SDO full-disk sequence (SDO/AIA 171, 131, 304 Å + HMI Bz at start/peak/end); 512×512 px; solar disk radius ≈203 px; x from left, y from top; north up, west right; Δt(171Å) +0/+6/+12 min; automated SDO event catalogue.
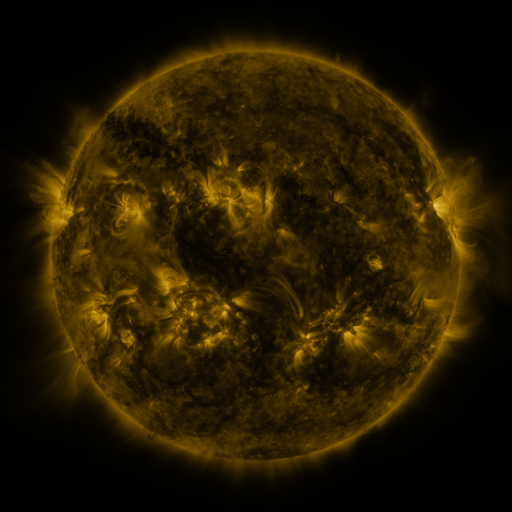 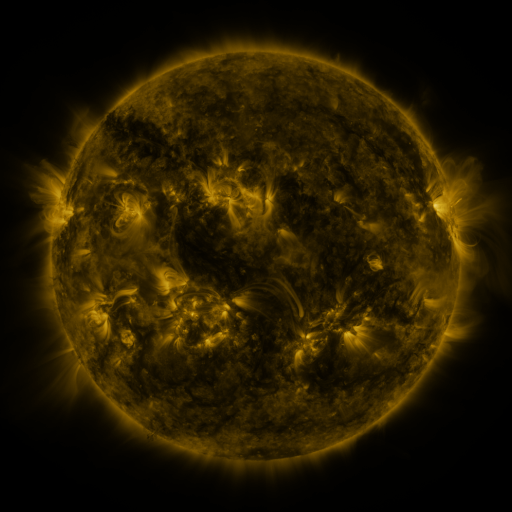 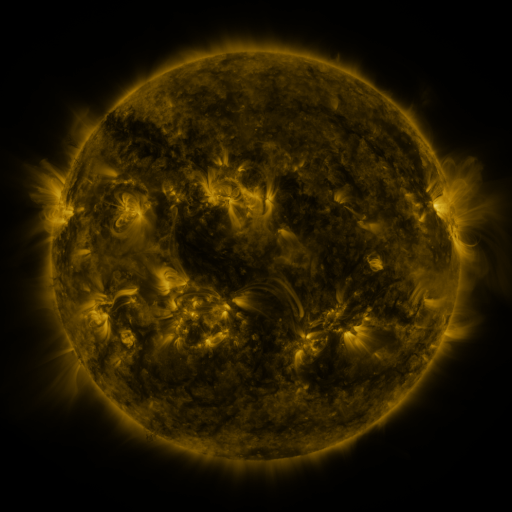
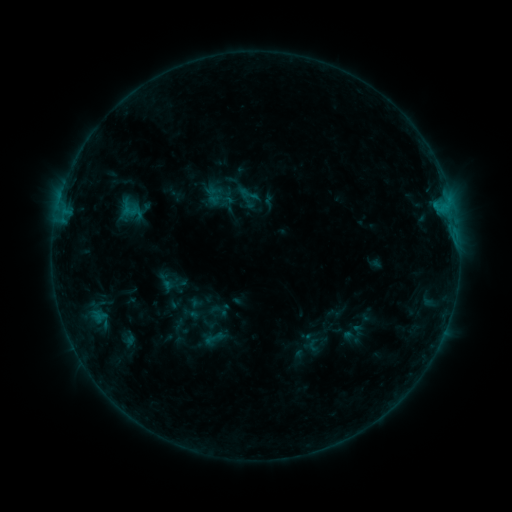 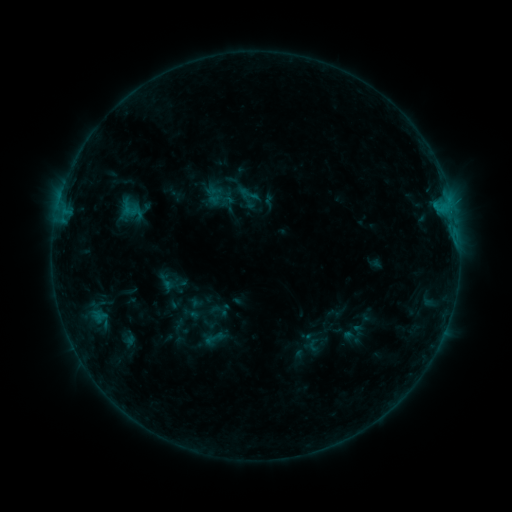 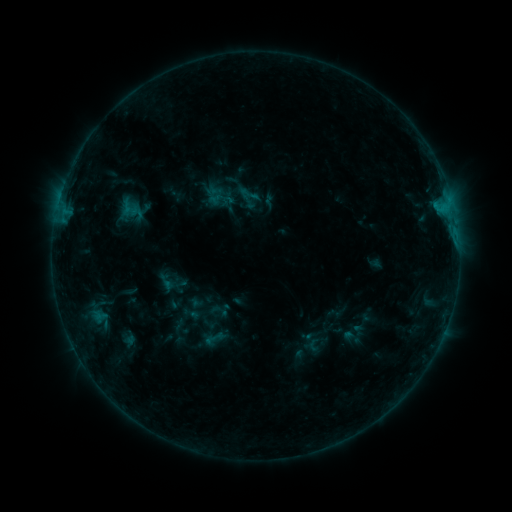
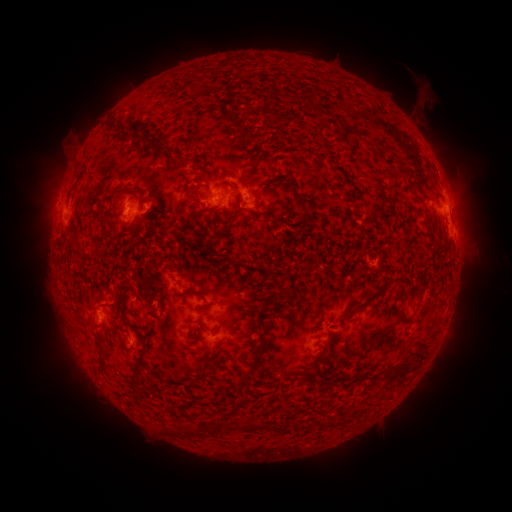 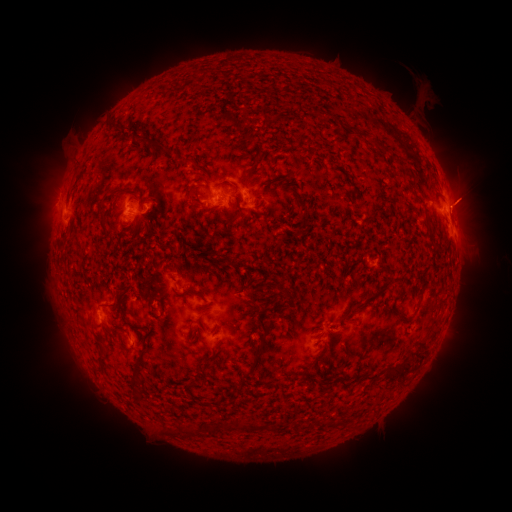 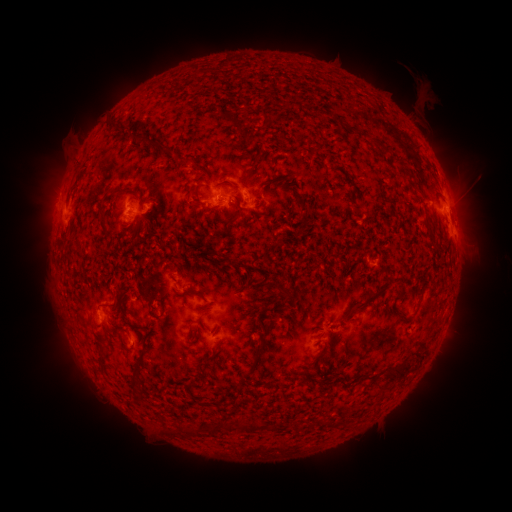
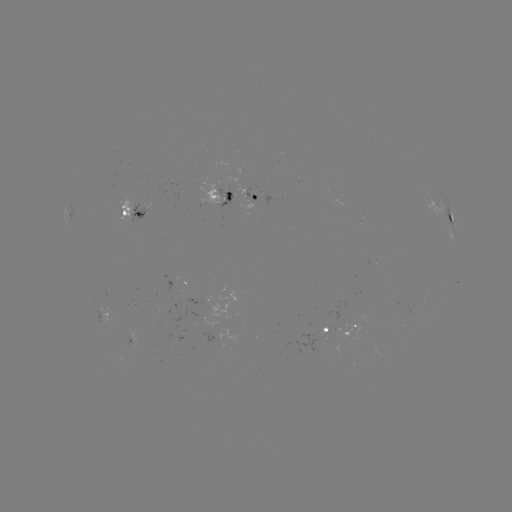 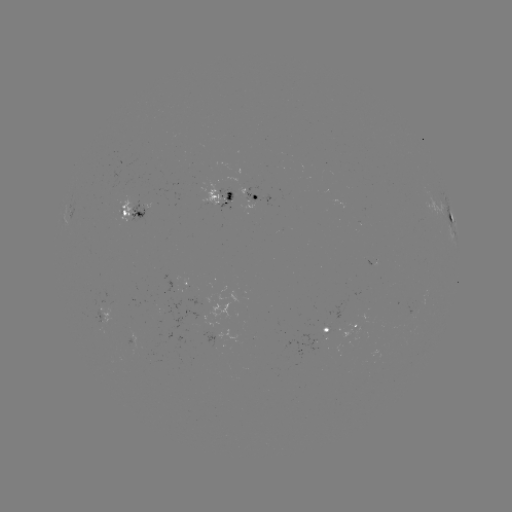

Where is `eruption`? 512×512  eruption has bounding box [440, 175, 497, 230].